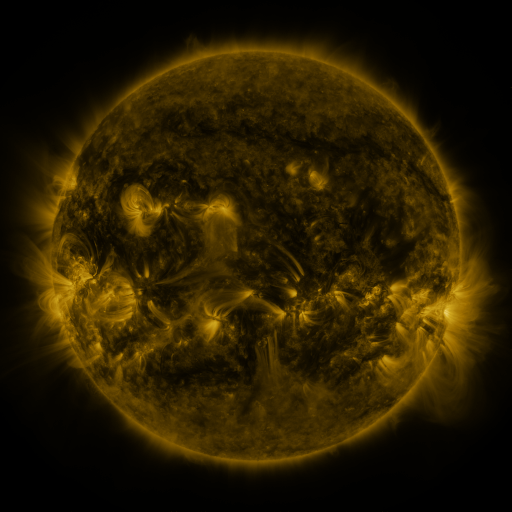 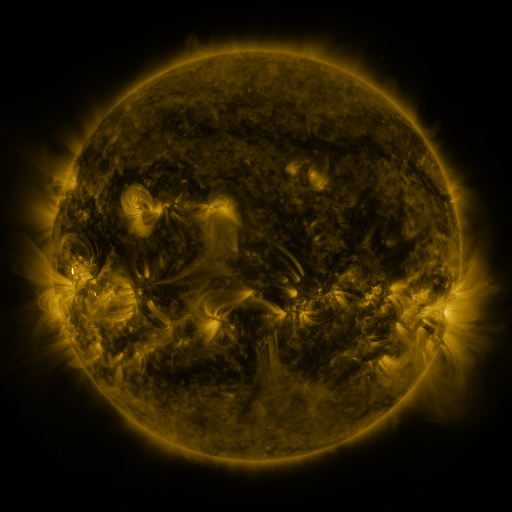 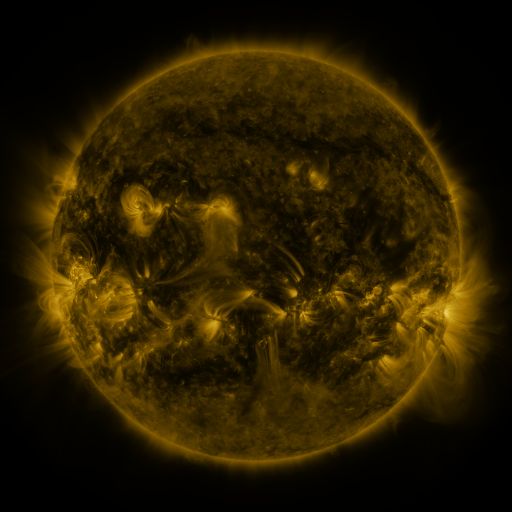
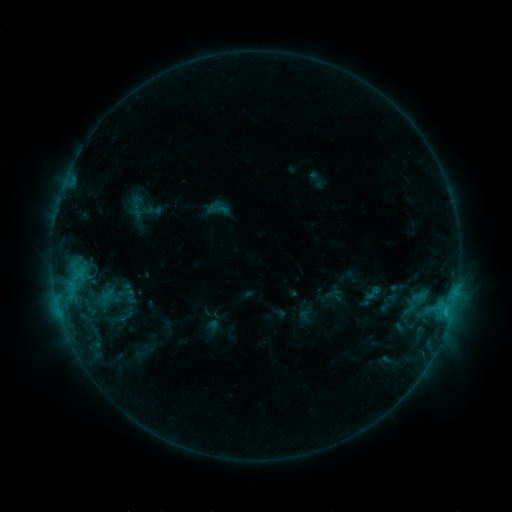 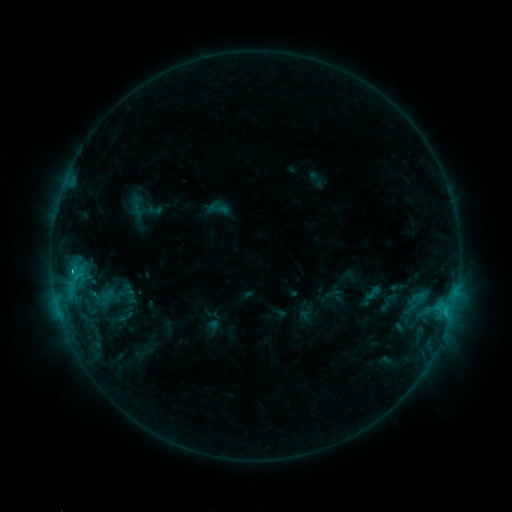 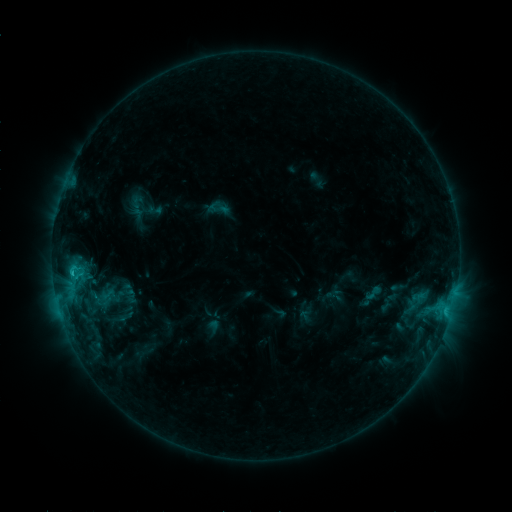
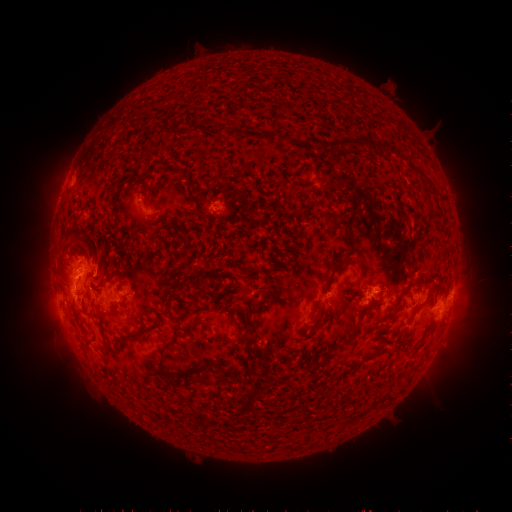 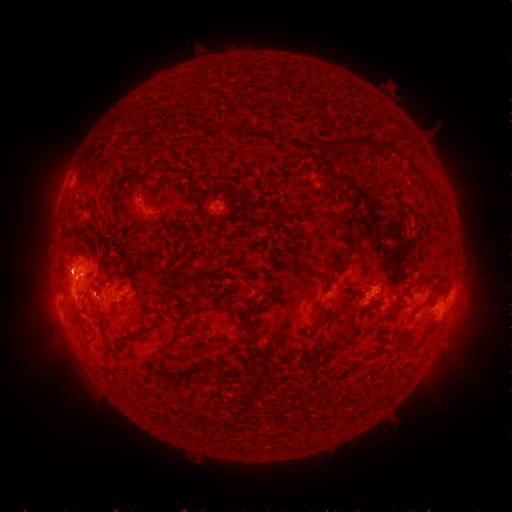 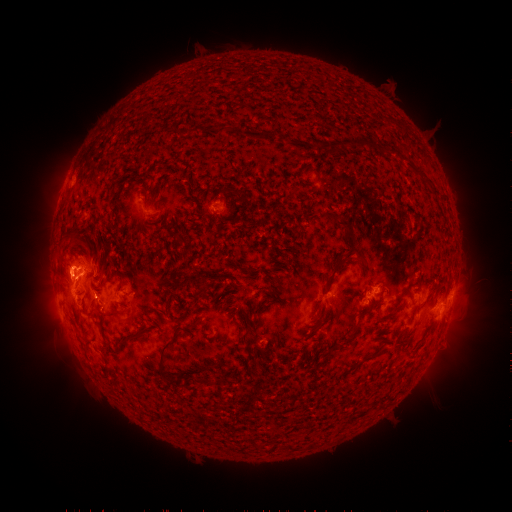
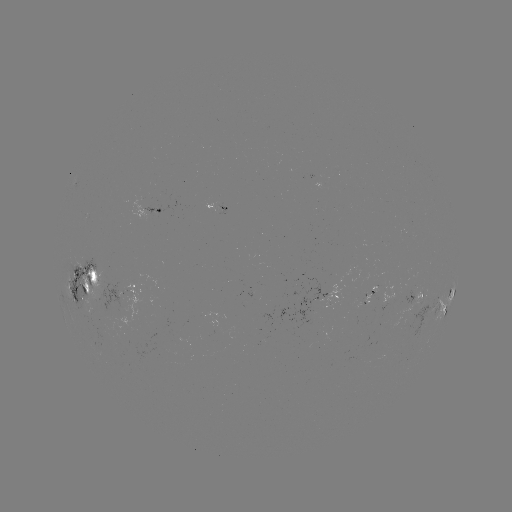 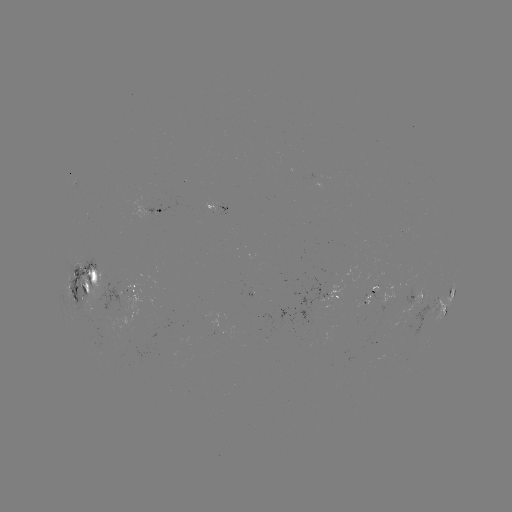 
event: flare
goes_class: C1.9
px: (72, 268)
